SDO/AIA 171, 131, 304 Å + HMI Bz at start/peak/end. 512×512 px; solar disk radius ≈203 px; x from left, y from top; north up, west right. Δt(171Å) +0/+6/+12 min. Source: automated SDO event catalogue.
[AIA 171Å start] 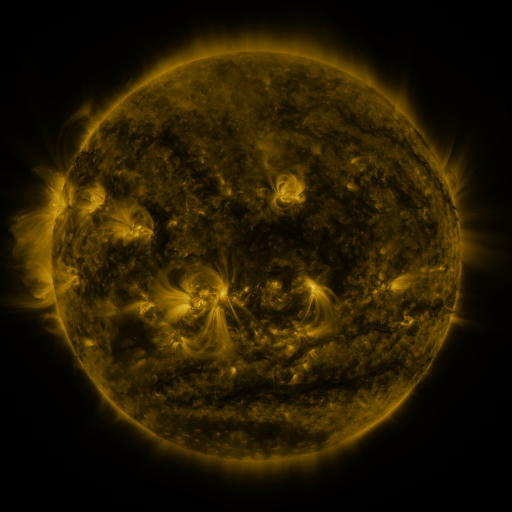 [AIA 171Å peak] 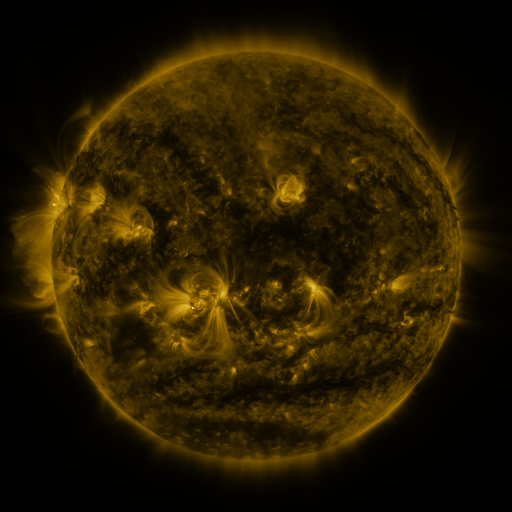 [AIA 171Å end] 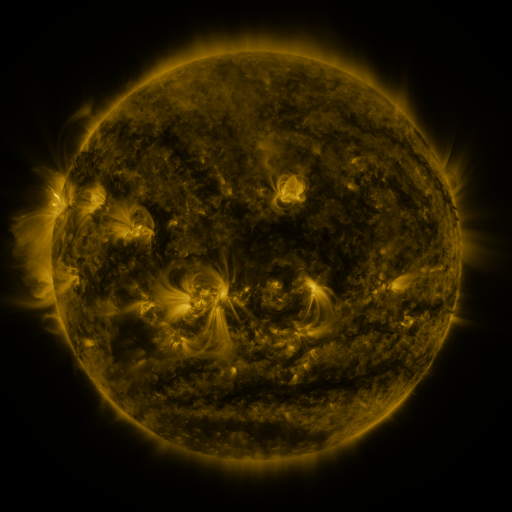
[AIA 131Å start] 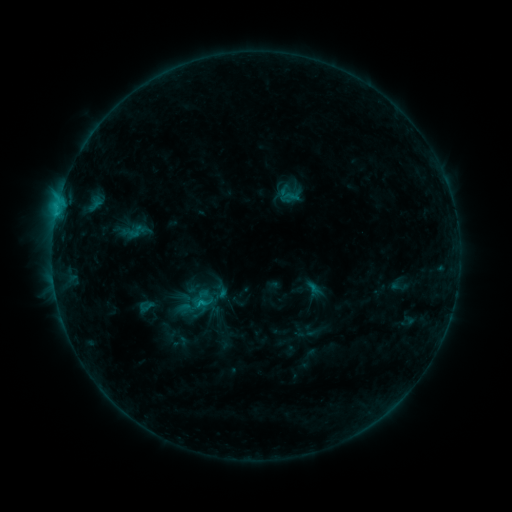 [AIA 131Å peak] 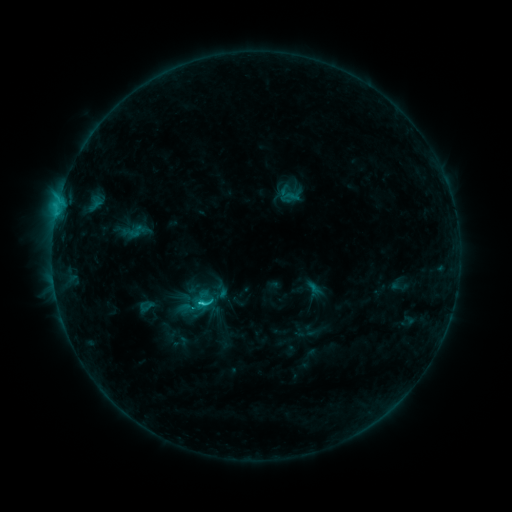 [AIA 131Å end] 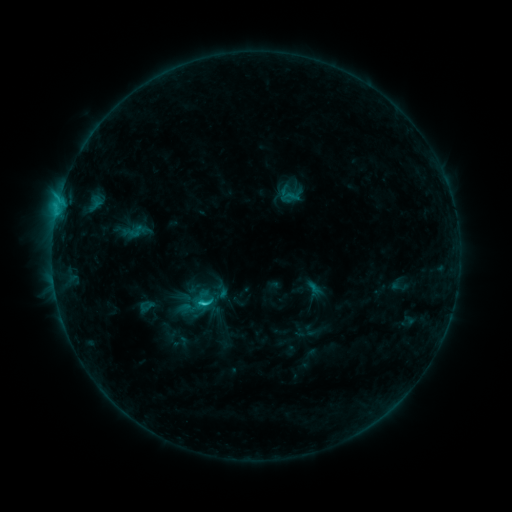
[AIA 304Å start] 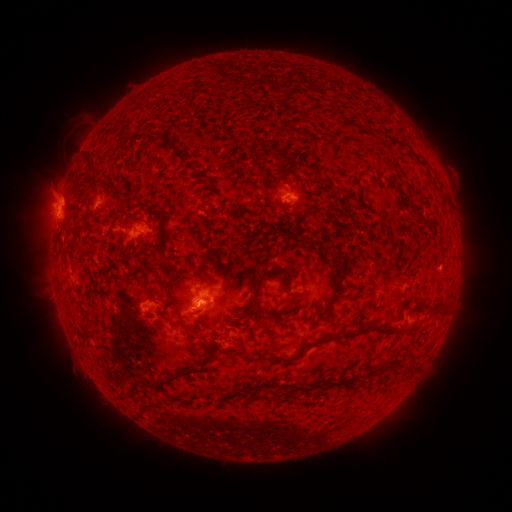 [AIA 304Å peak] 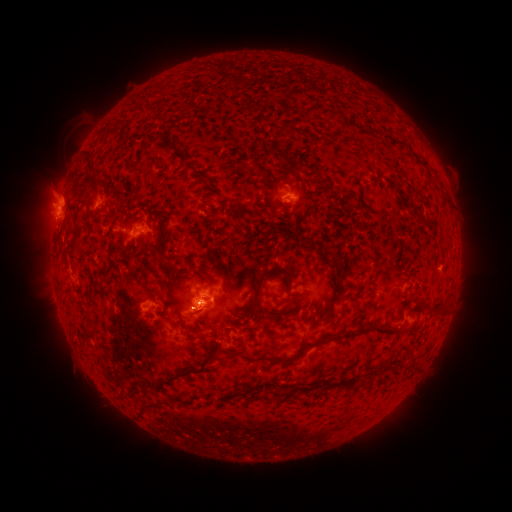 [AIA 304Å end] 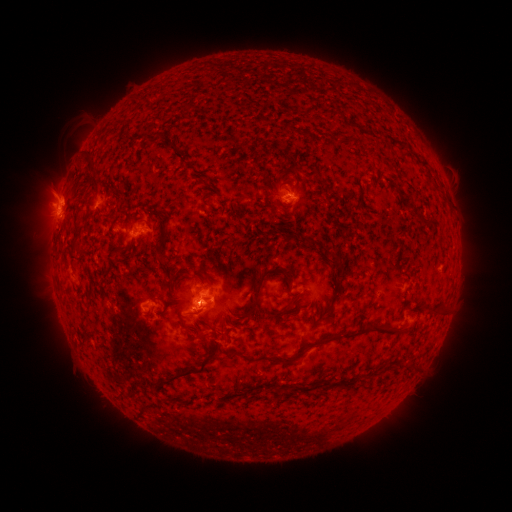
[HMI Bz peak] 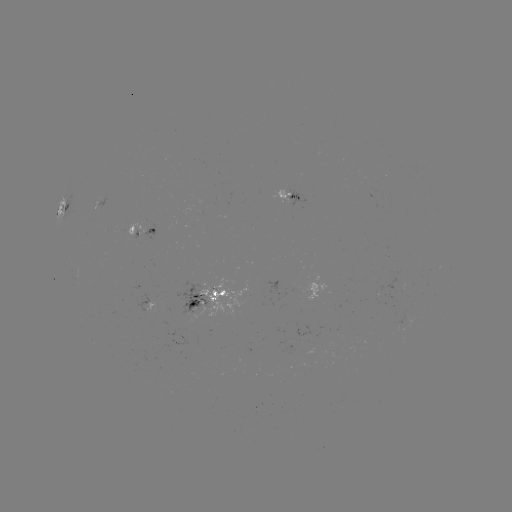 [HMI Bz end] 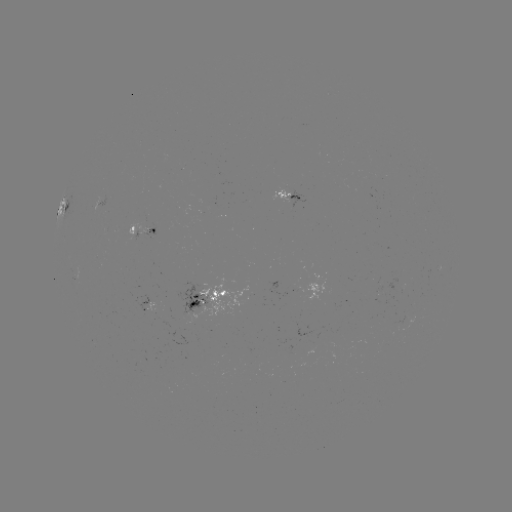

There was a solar flare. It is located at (201, 299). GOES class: C1.5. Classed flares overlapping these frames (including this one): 1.